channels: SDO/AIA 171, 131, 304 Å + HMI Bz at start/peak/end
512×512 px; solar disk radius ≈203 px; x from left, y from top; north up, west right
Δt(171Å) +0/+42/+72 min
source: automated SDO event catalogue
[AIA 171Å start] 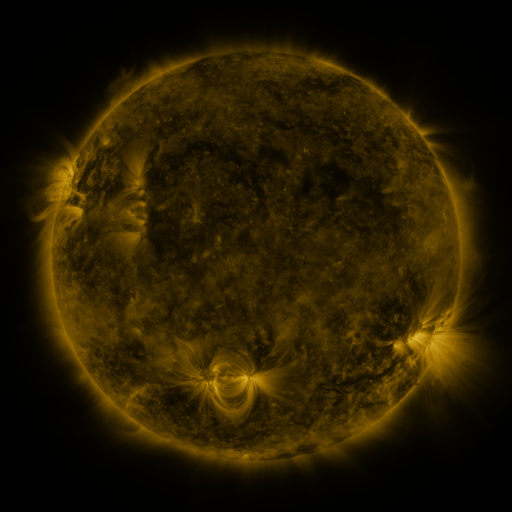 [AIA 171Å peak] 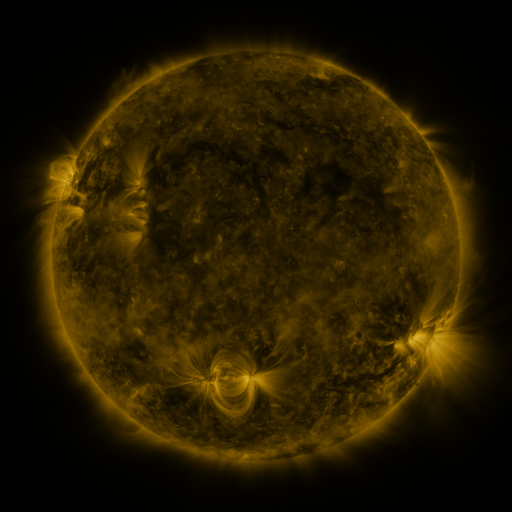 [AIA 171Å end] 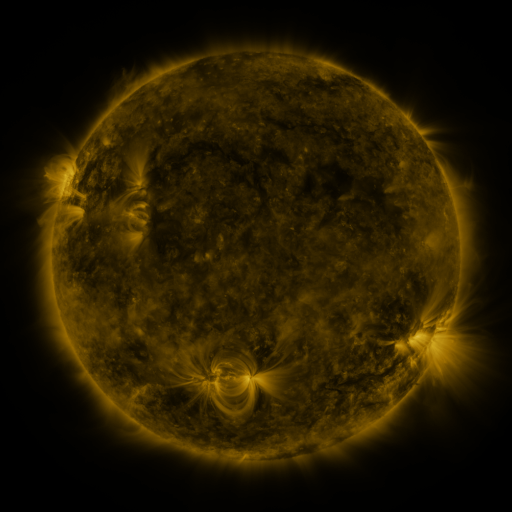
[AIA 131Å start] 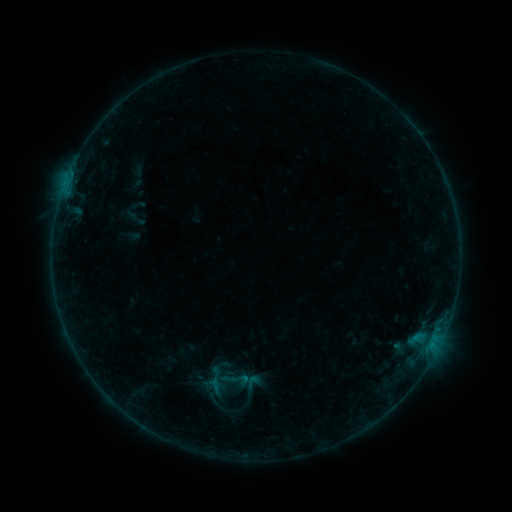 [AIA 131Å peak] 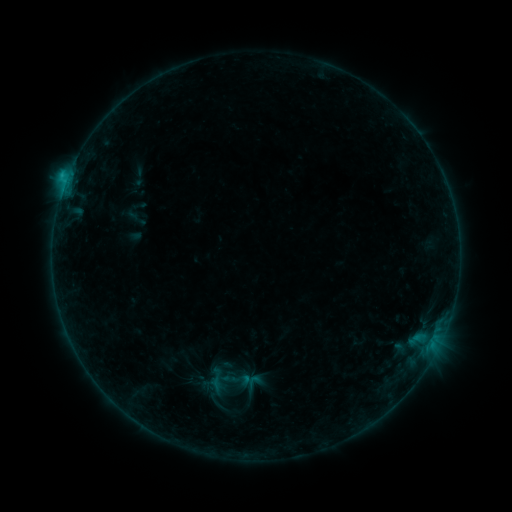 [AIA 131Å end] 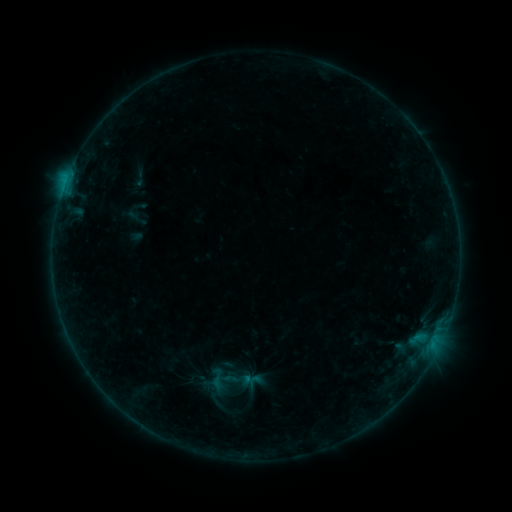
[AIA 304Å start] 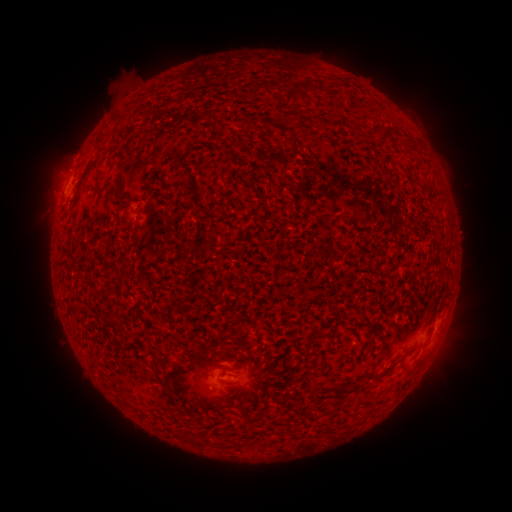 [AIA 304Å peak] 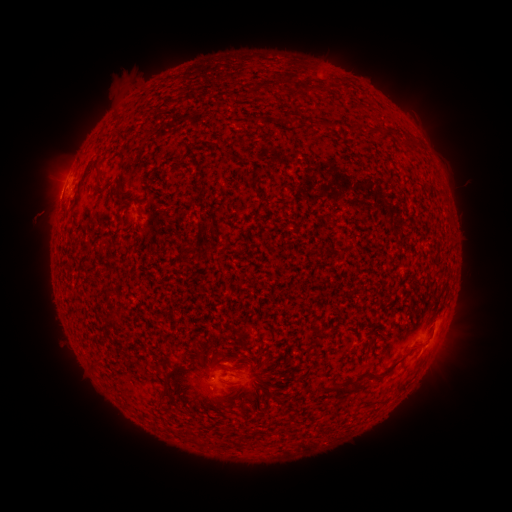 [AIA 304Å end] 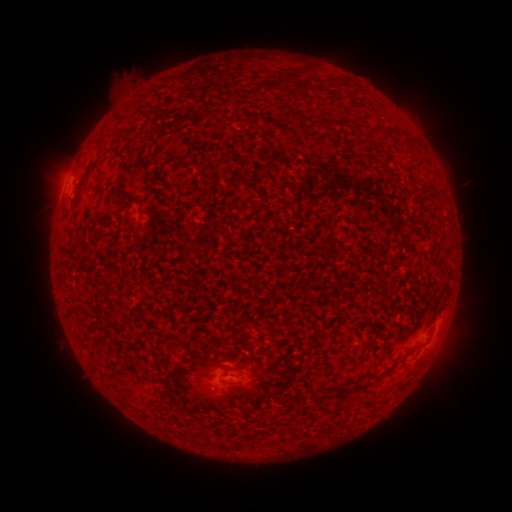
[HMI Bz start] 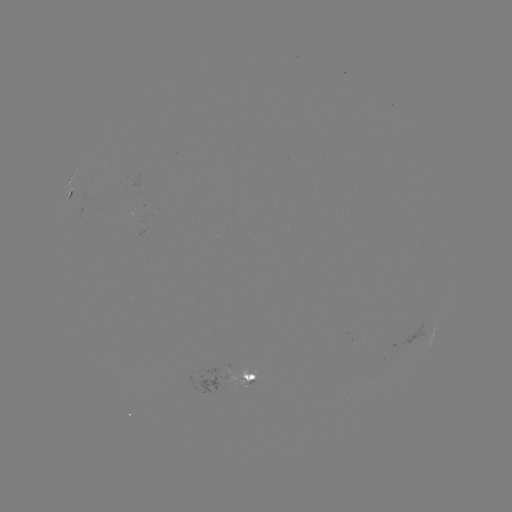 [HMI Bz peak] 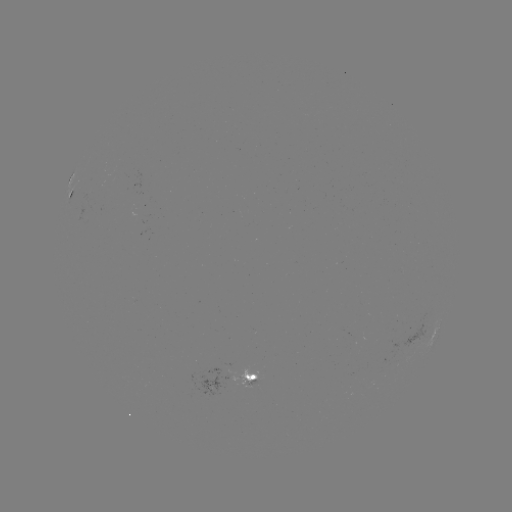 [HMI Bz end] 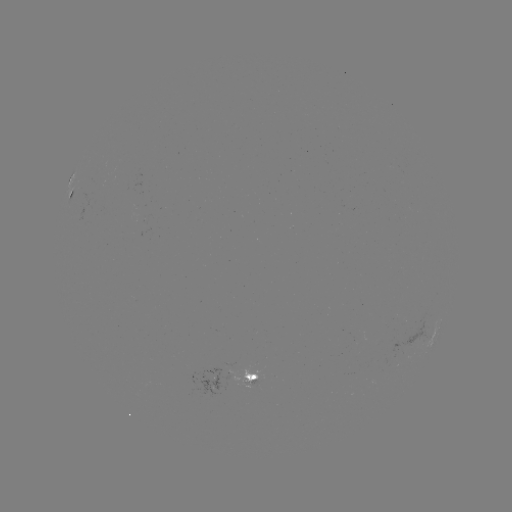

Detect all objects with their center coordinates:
B8.5 flare: (66, 184)
